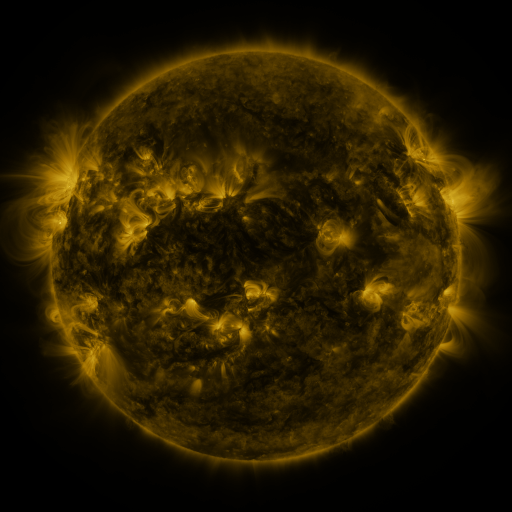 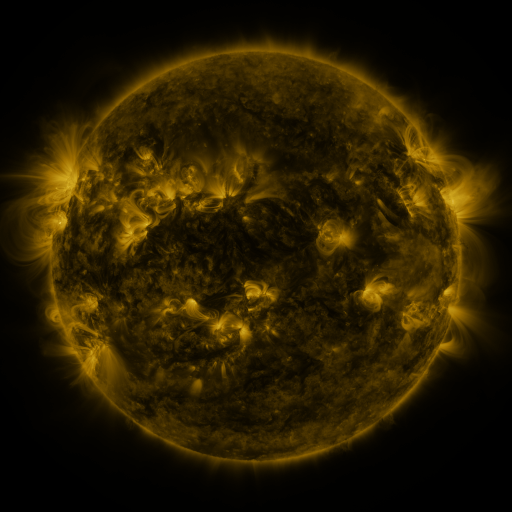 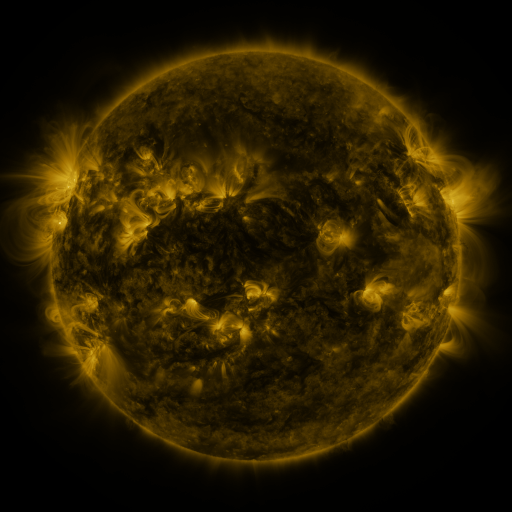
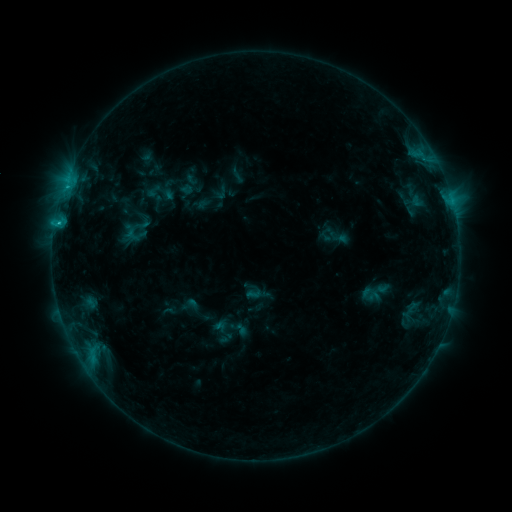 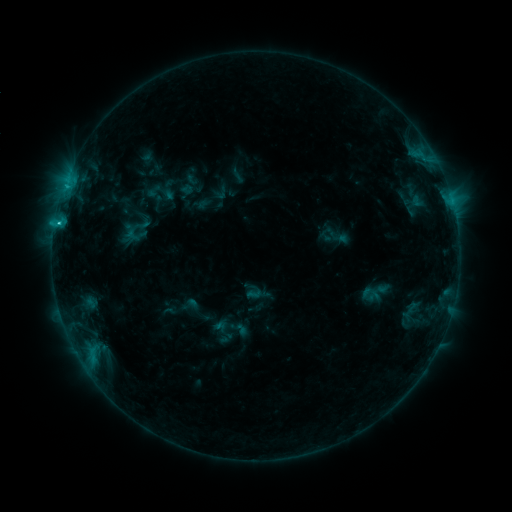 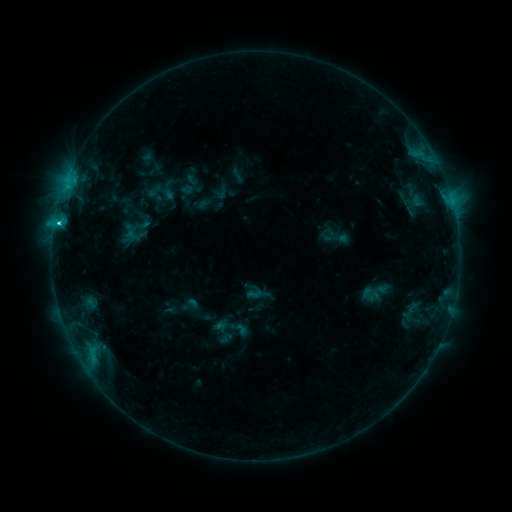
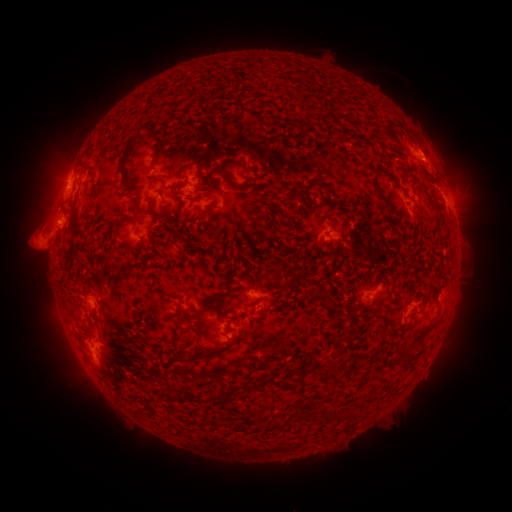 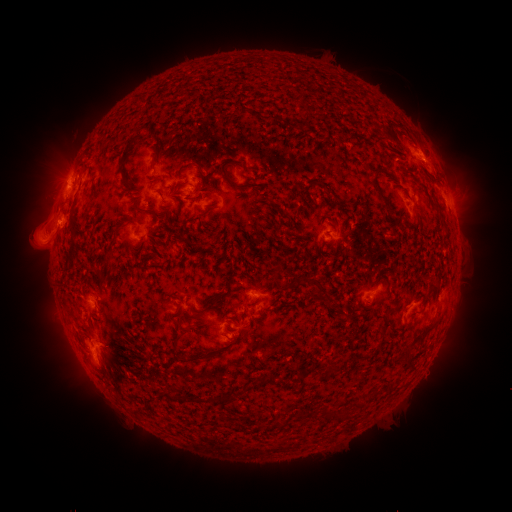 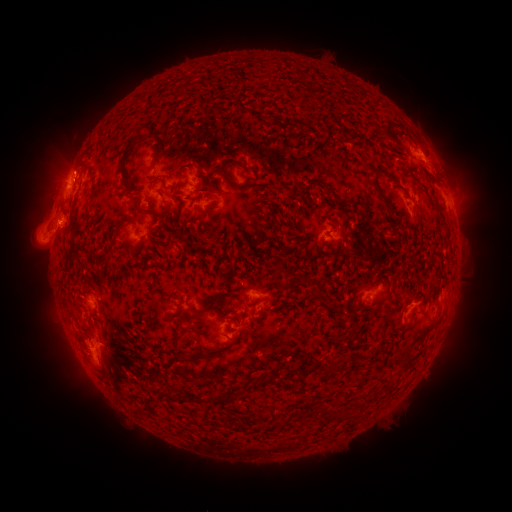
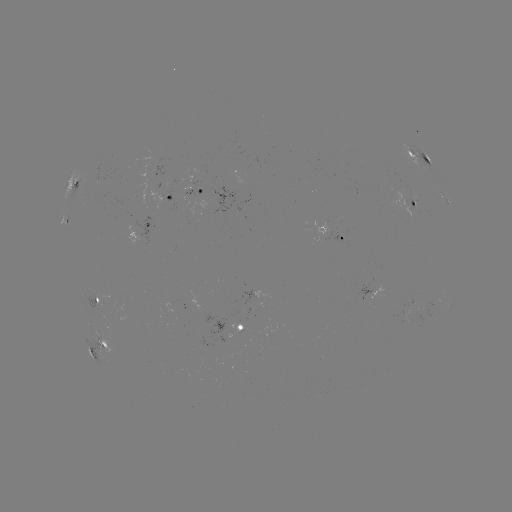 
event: eruption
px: (64, 162)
